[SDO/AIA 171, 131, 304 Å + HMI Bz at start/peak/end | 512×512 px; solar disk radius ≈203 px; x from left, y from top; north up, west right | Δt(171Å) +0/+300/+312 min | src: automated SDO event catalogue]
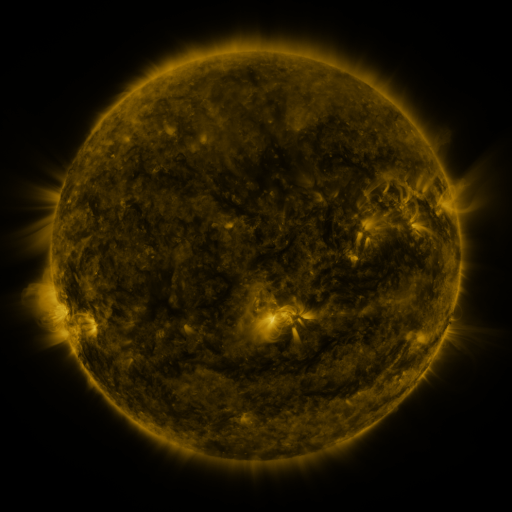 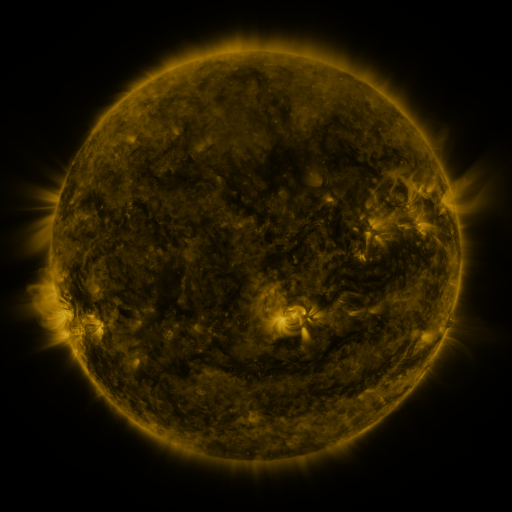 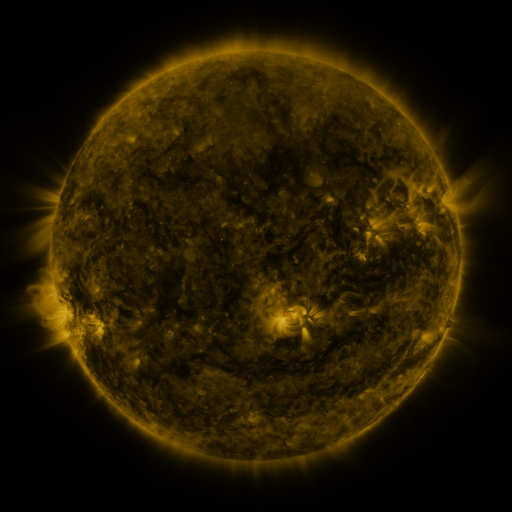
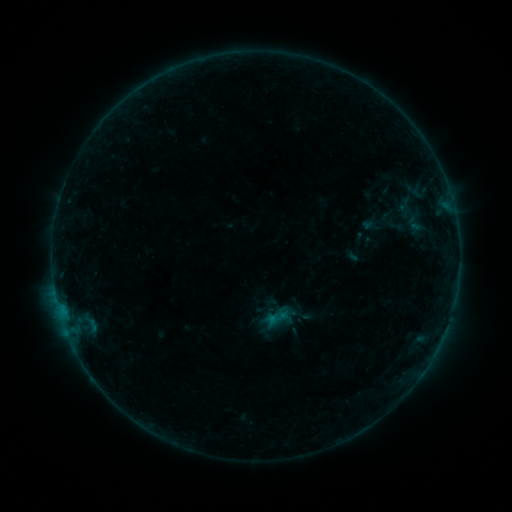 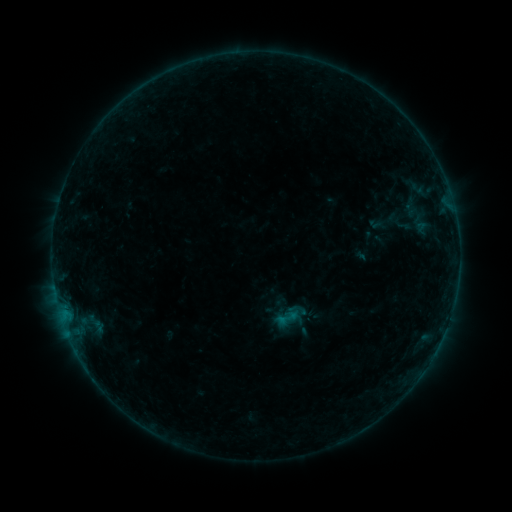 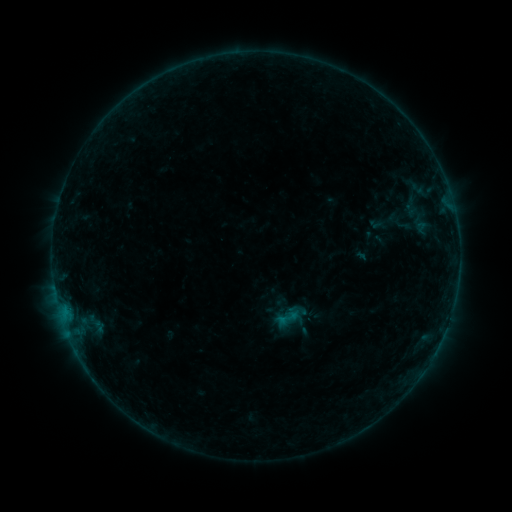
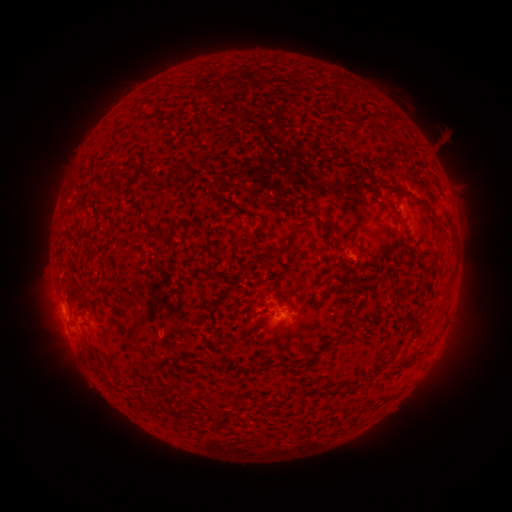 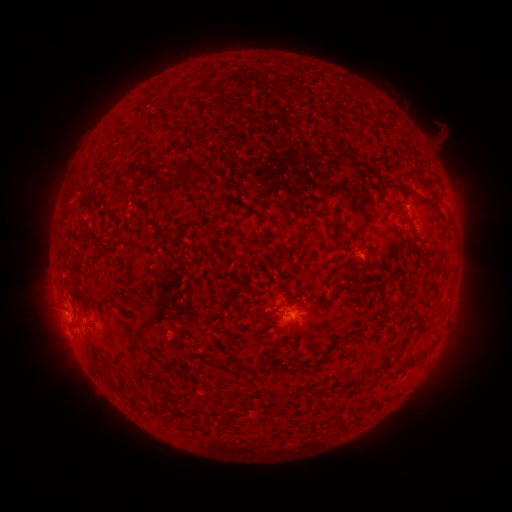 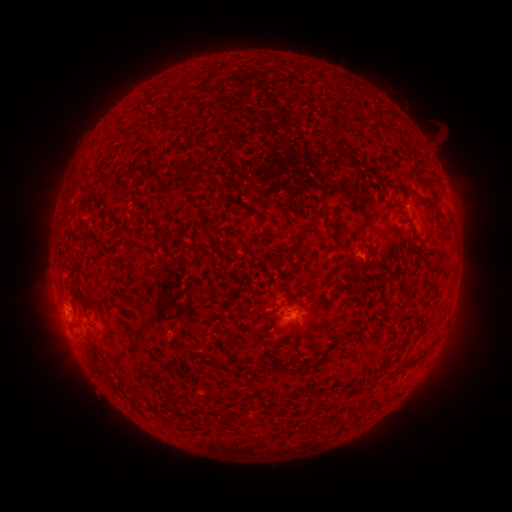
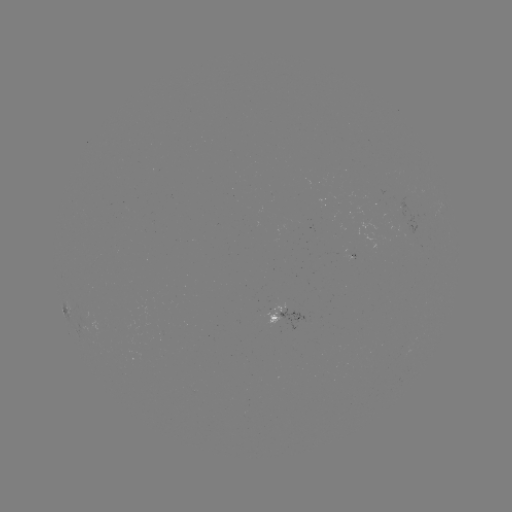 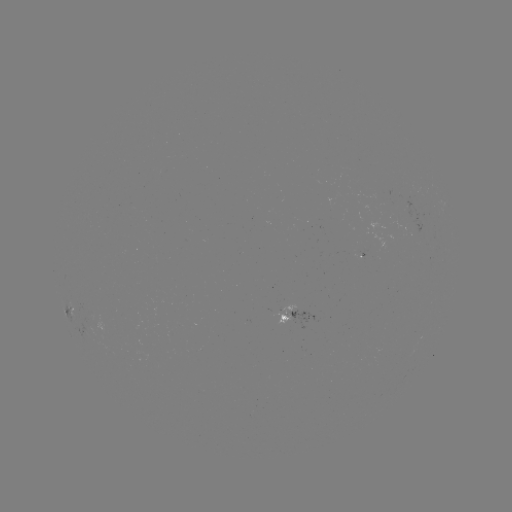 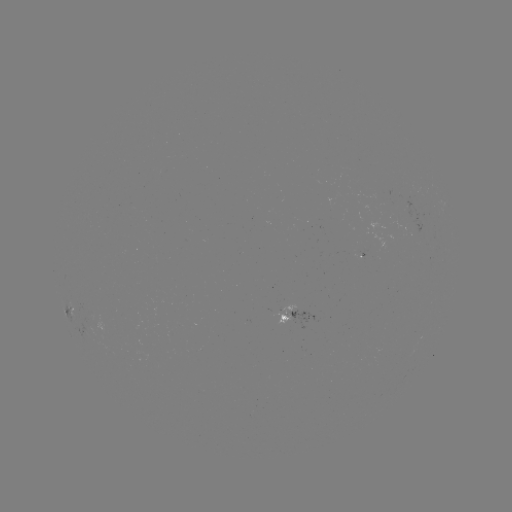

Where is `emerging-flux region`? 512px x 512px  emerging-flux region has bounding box [277, 303, 296, 324].